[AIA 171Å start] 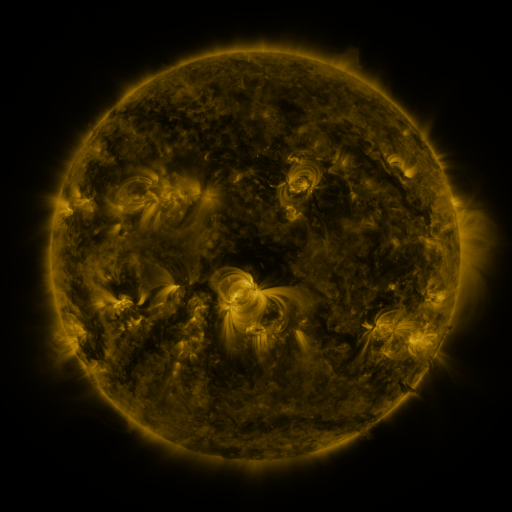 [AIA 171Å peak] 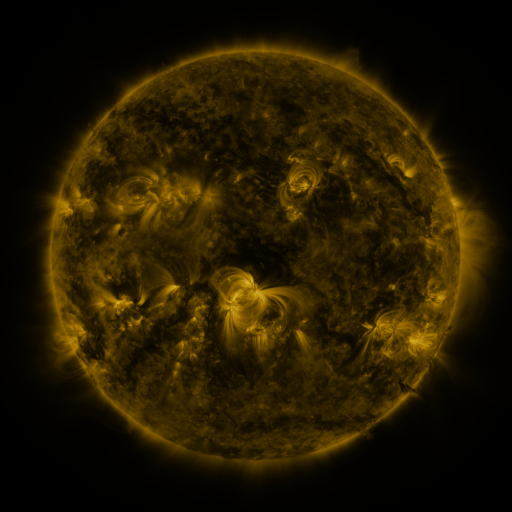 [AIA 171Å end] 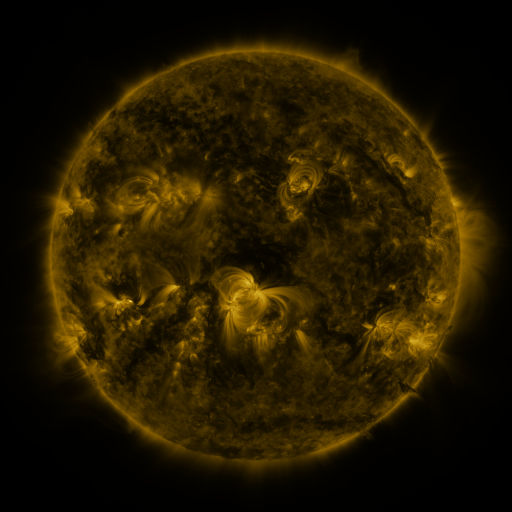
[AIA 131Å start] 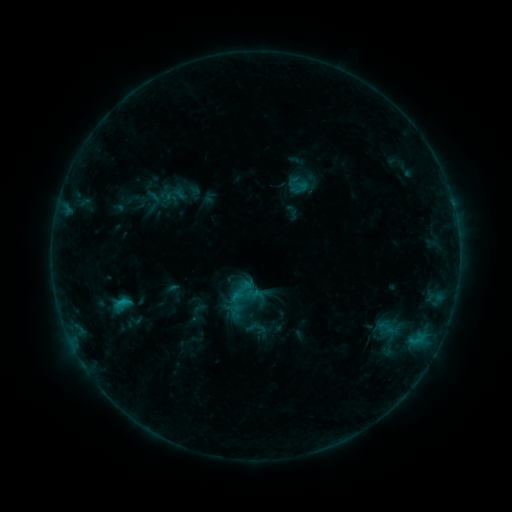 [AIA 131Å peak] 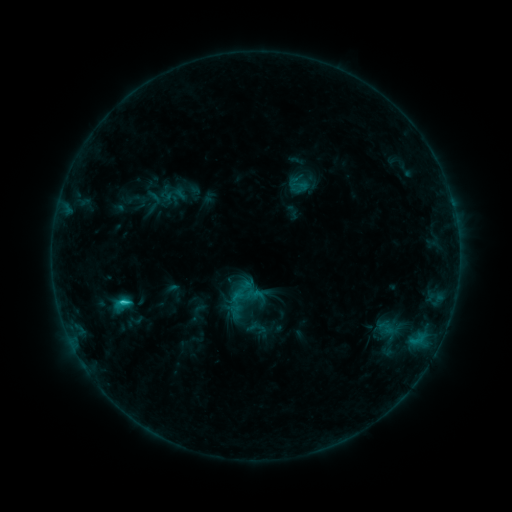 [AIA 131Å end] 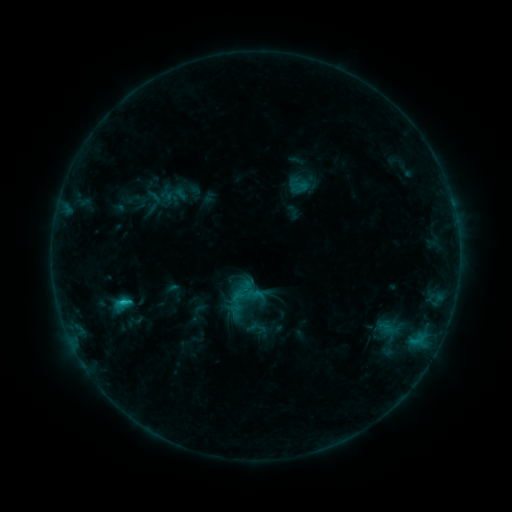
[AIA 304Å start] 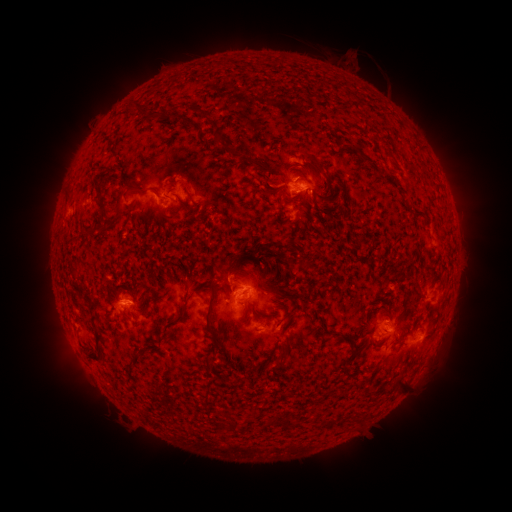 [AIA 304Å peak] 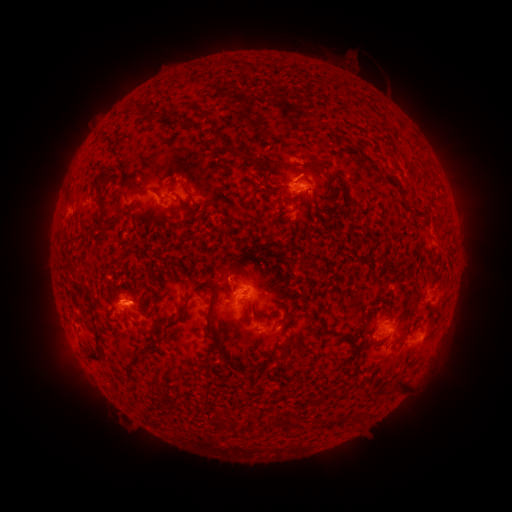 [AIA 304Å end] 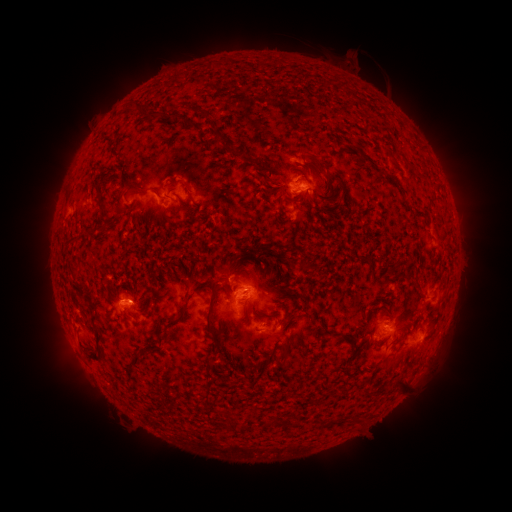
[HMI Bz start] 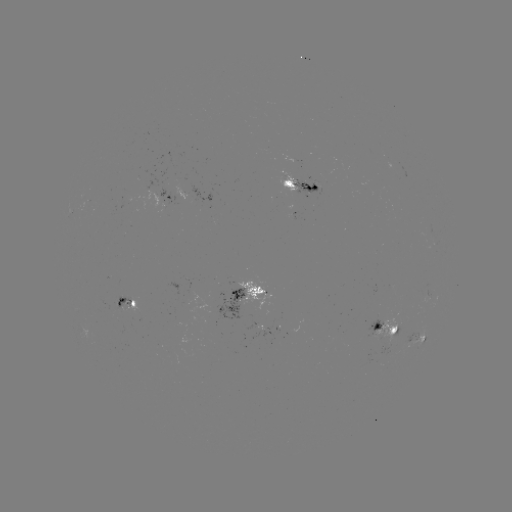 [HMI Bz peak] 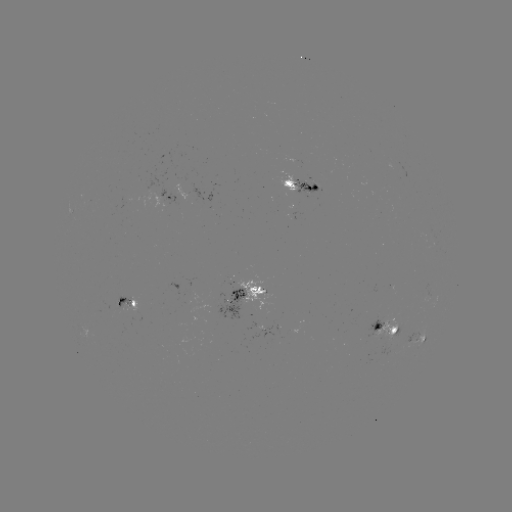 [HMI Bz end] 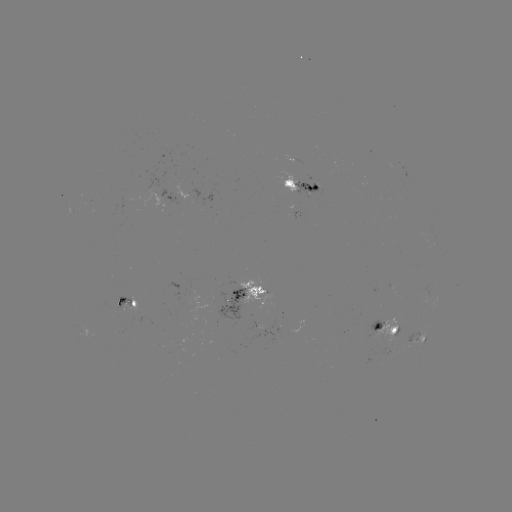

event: flare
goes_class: C1.4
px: (125, 302)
